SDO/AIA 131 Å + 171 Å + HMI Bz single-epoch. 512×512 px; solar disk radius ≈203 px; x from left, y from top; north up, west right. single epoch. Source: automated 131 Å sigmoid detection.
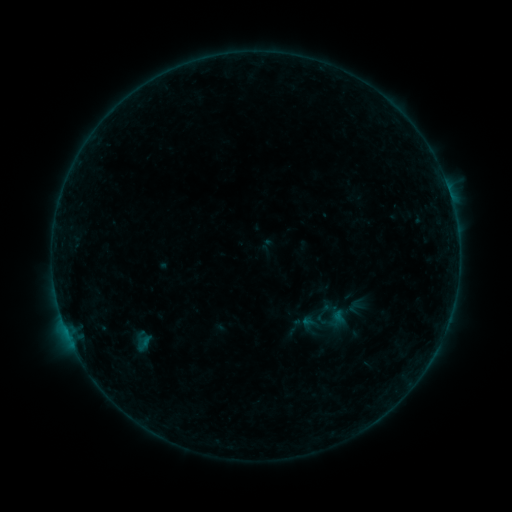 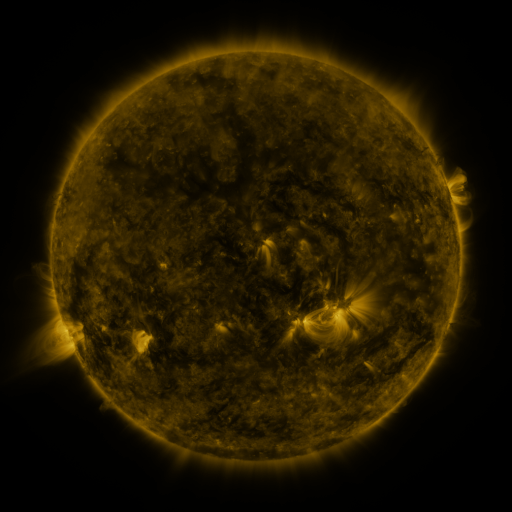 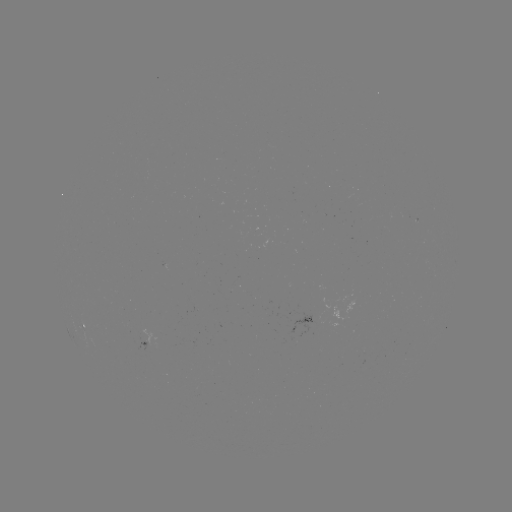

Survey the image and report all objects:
sigmoid: [283, 316, 305, 338]
